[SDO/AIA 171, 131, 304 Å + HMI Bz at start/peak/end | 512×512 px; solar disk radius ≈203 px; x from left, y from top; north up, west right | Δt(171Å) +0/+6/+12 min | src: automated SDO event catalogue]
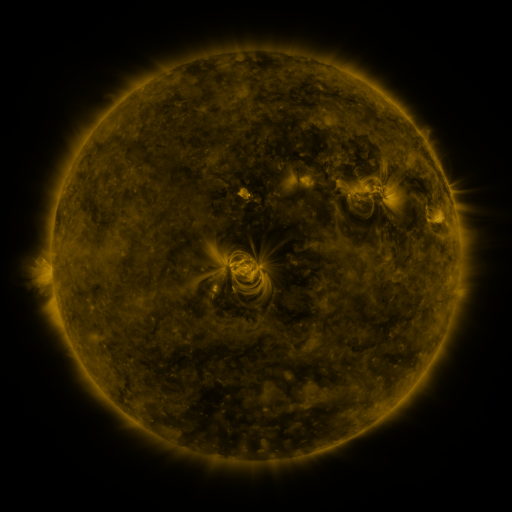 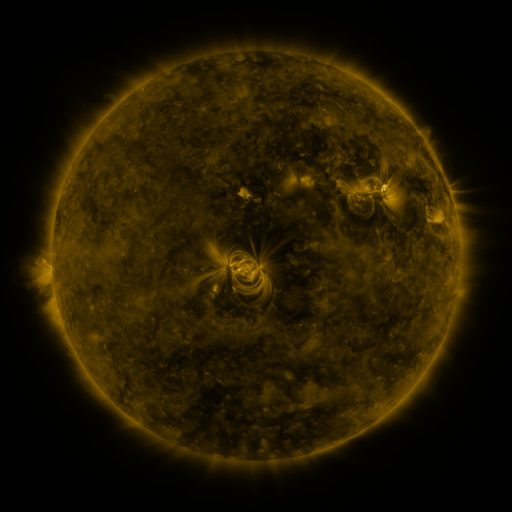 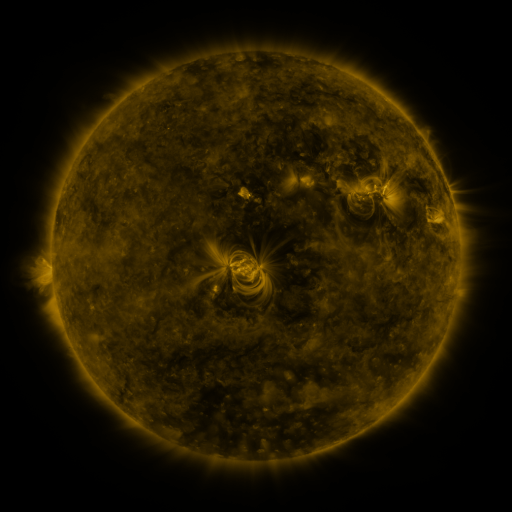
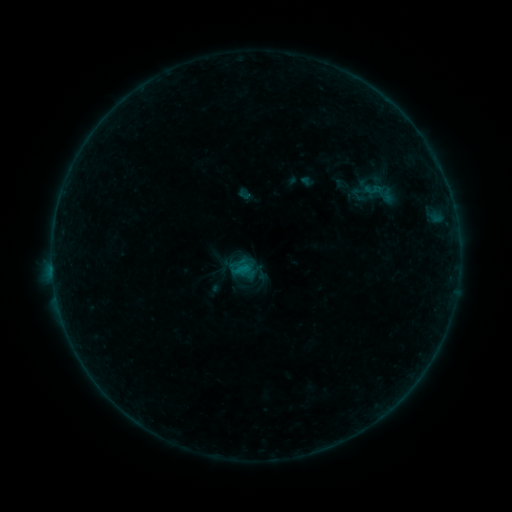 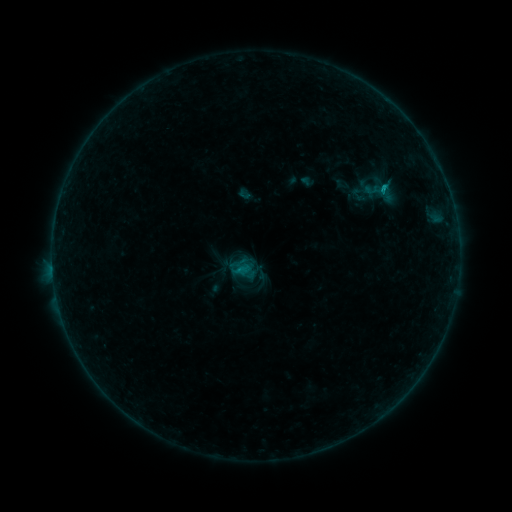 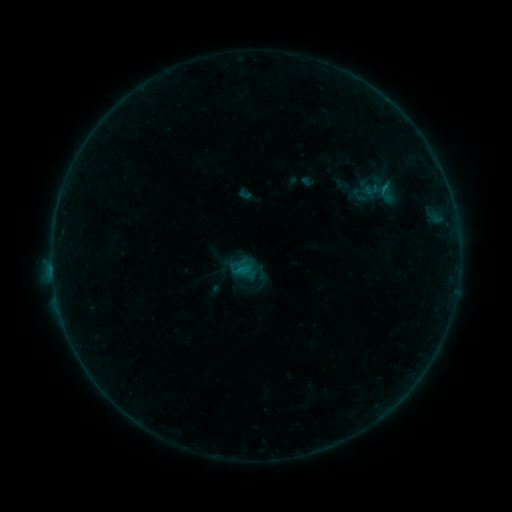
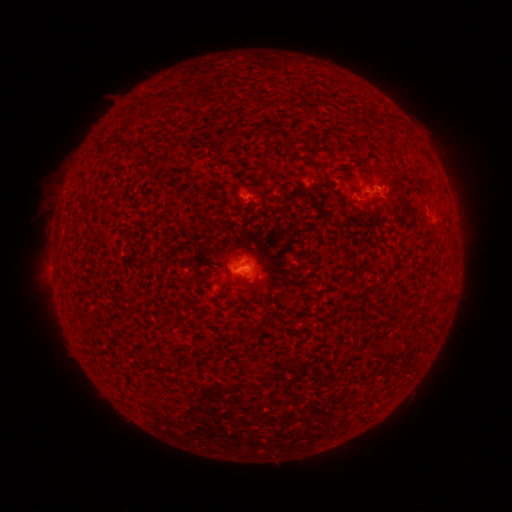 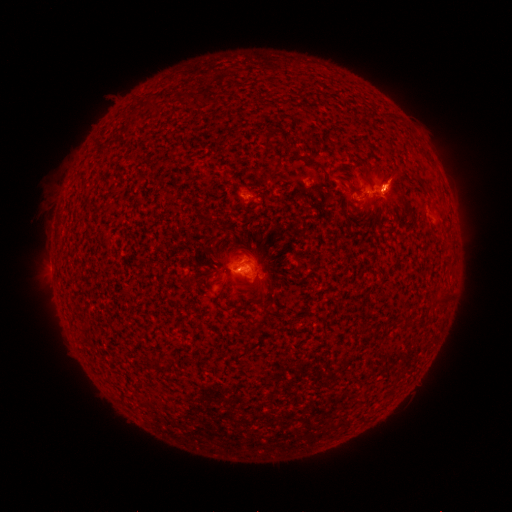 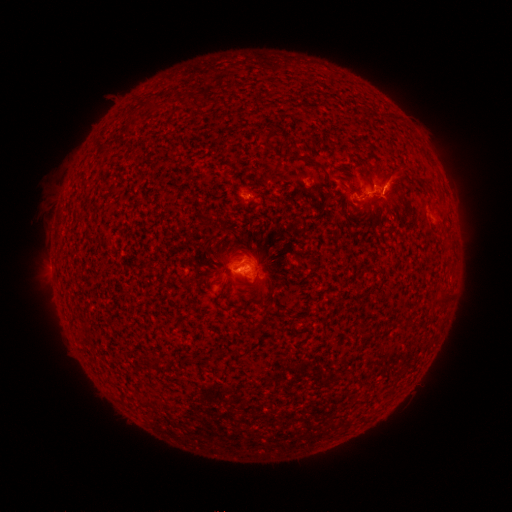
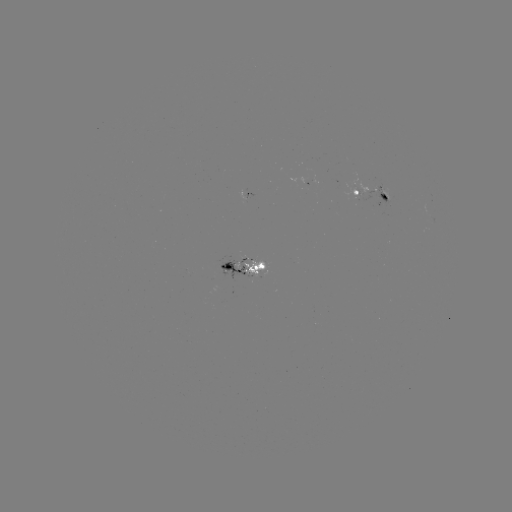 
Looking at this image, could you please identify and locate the B3.6 flare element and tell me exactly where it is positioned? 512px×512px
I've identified B3.6 flare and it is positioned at (383, 189).